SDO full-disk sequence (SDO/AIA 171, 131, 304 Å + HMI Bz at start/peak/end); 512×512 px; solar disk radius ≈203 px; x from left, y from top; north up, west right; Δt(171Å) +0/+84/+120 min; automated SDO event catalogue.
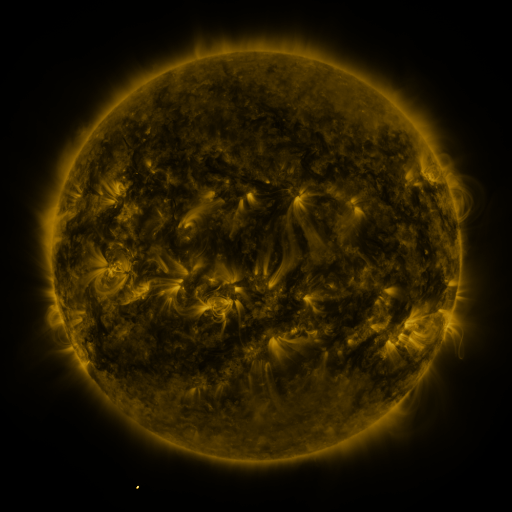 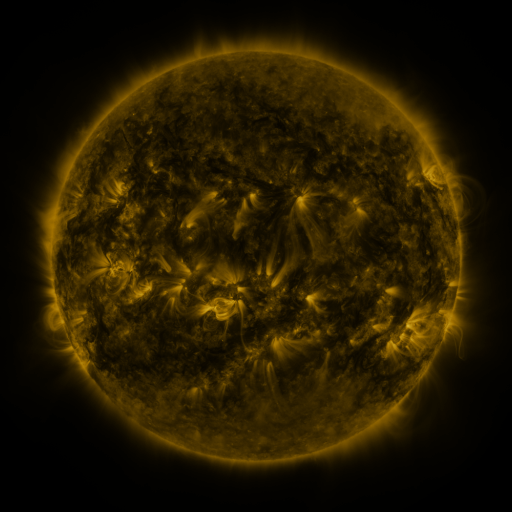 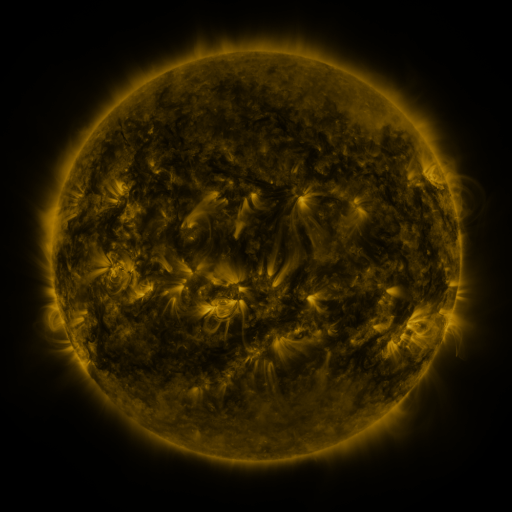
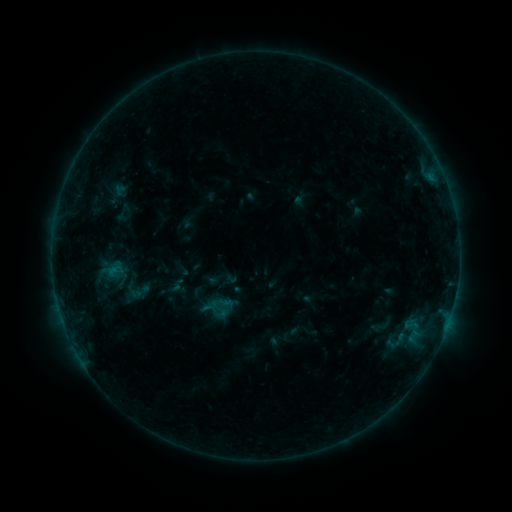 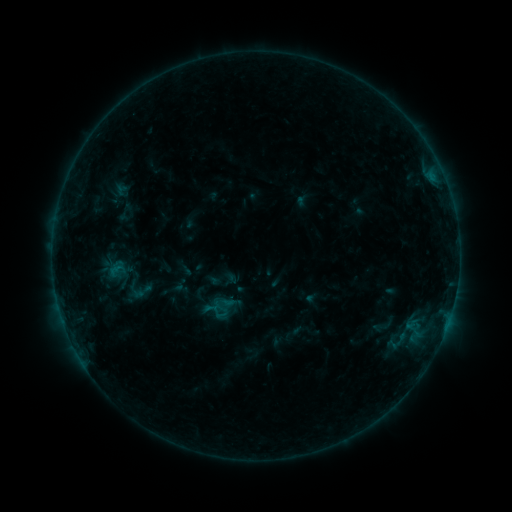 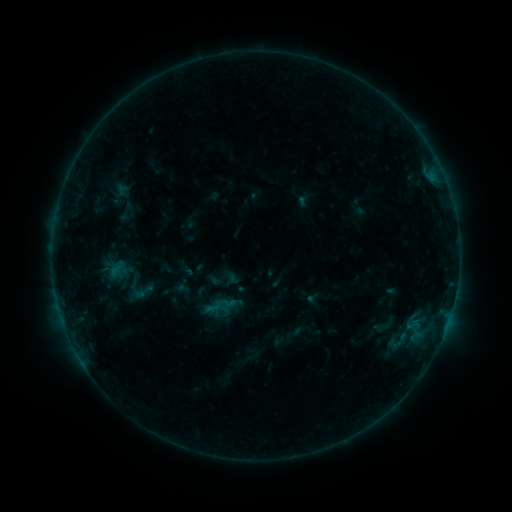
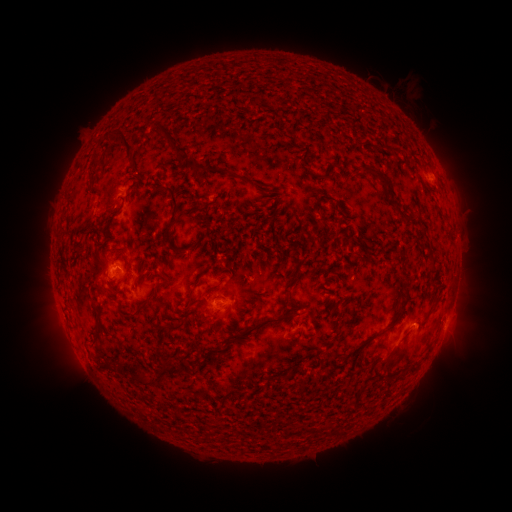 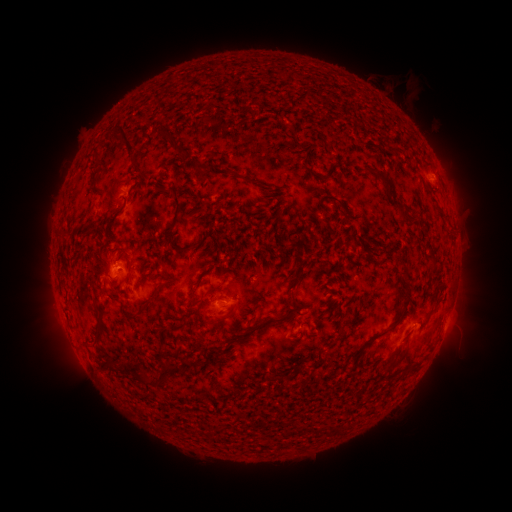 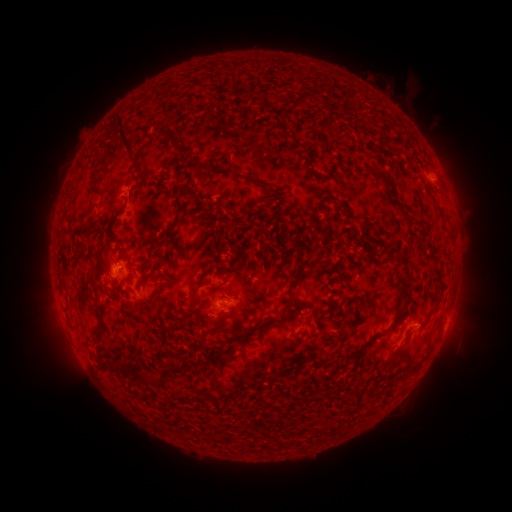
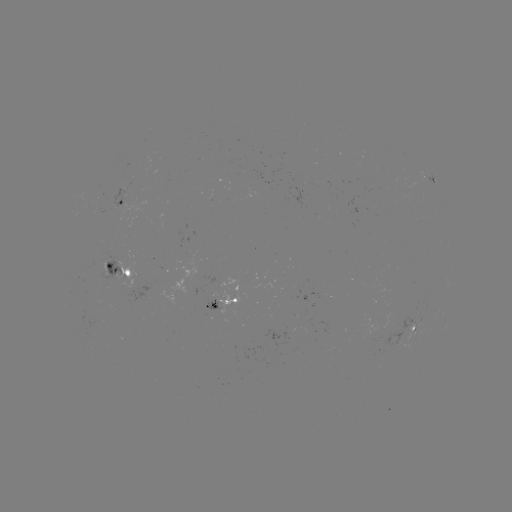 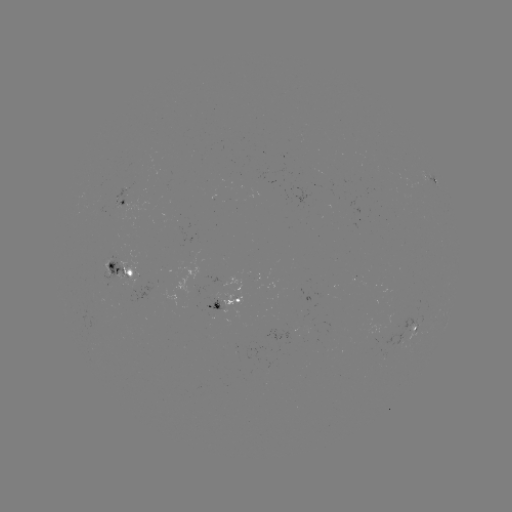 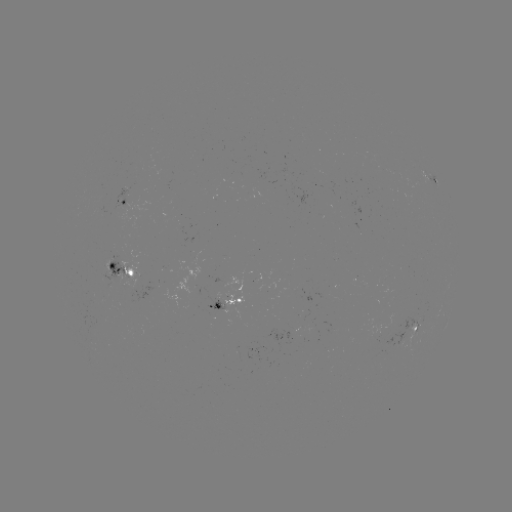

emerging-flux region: [400, 316, 419, 335]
